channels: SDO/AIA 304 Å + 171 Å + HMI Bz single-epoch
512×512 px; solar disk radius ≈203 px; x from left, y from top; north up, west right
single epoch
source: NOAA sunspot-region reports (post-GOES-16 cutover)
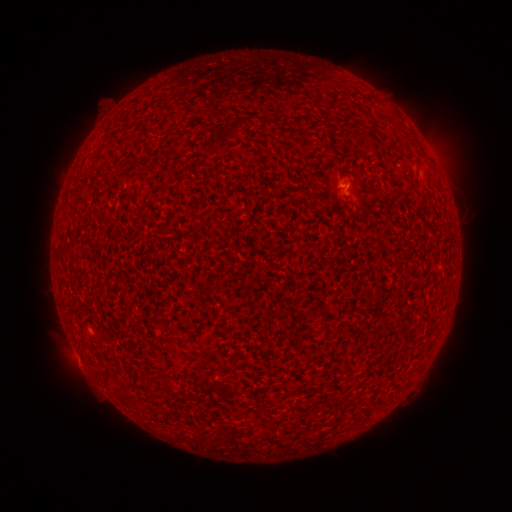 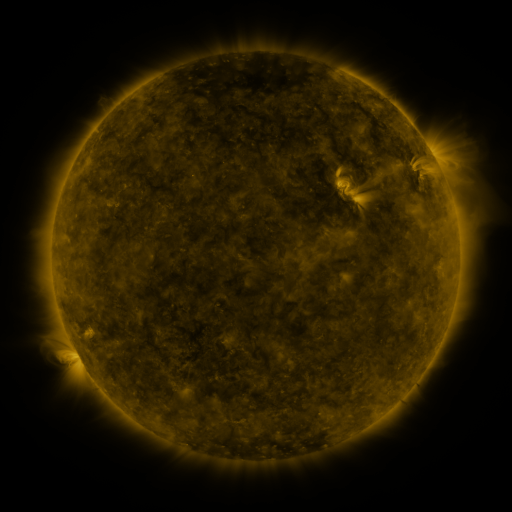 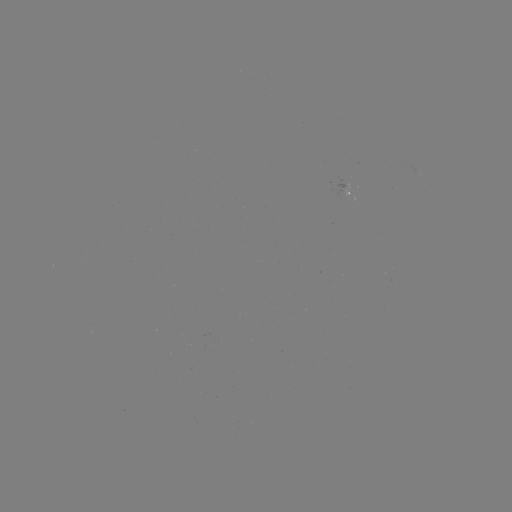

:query spotted active region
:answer (349, 195)